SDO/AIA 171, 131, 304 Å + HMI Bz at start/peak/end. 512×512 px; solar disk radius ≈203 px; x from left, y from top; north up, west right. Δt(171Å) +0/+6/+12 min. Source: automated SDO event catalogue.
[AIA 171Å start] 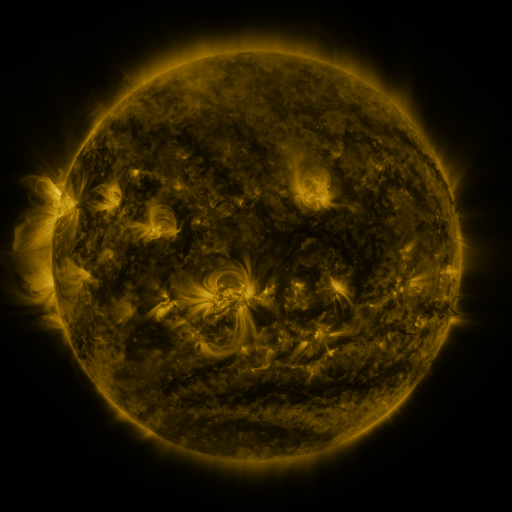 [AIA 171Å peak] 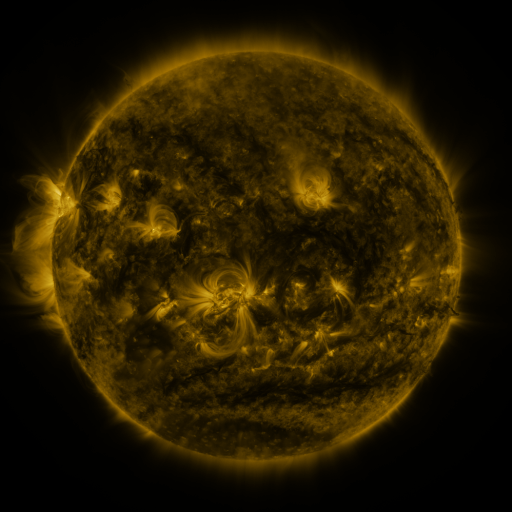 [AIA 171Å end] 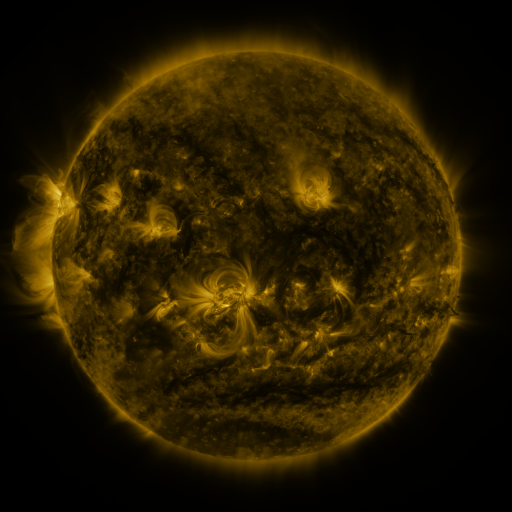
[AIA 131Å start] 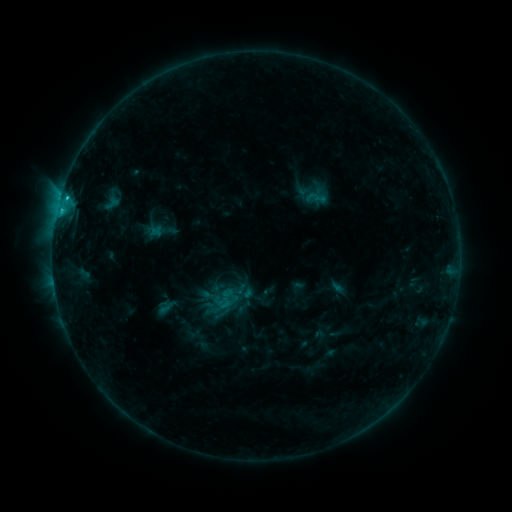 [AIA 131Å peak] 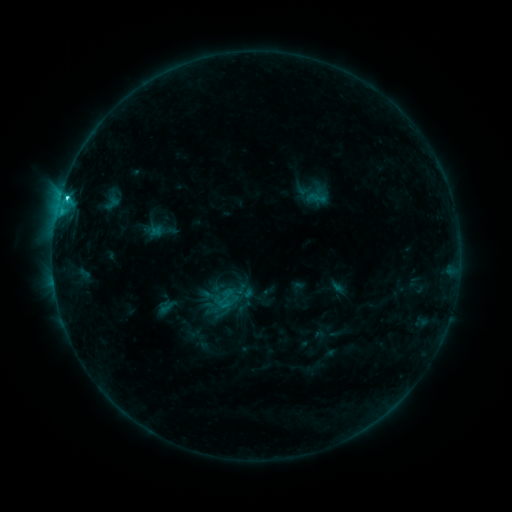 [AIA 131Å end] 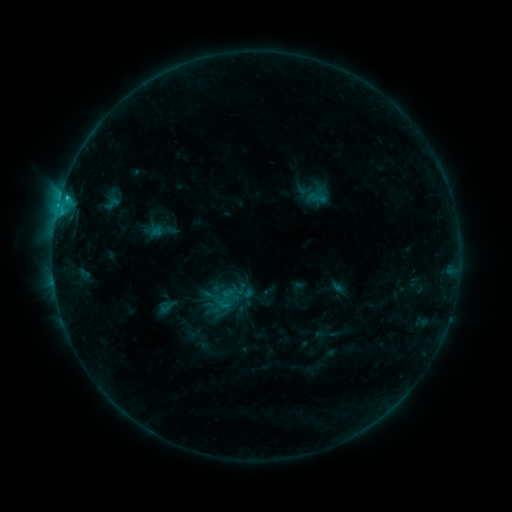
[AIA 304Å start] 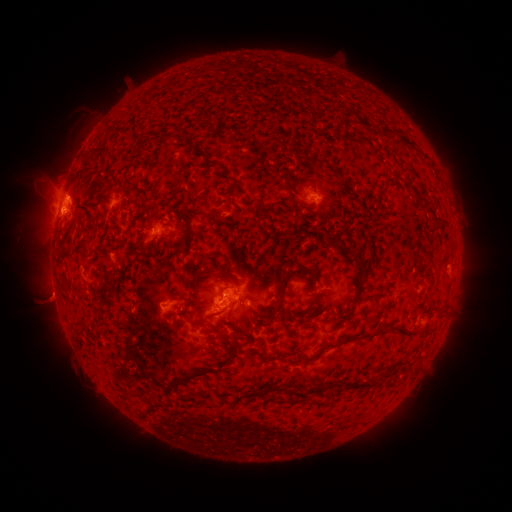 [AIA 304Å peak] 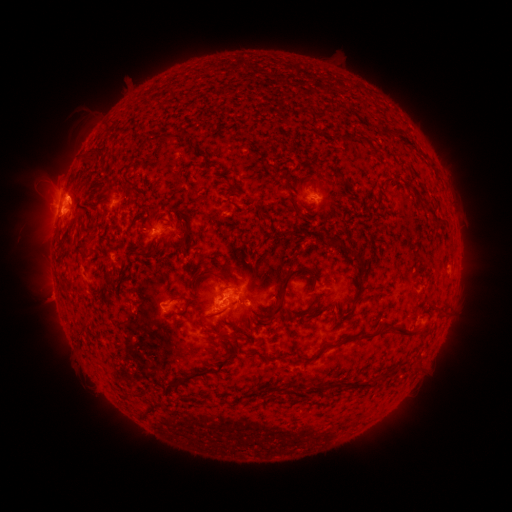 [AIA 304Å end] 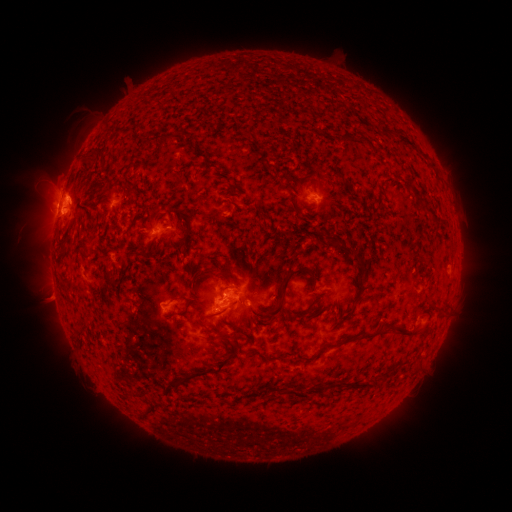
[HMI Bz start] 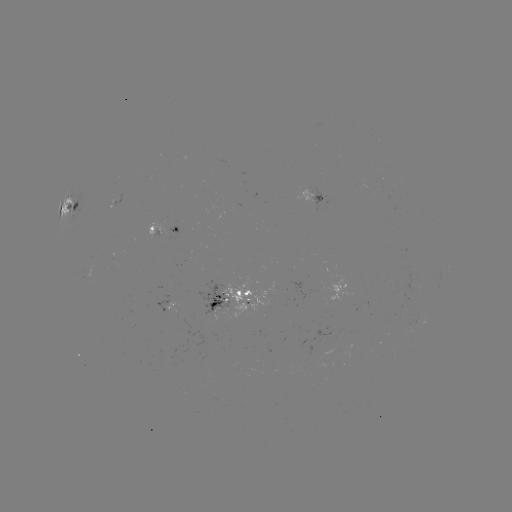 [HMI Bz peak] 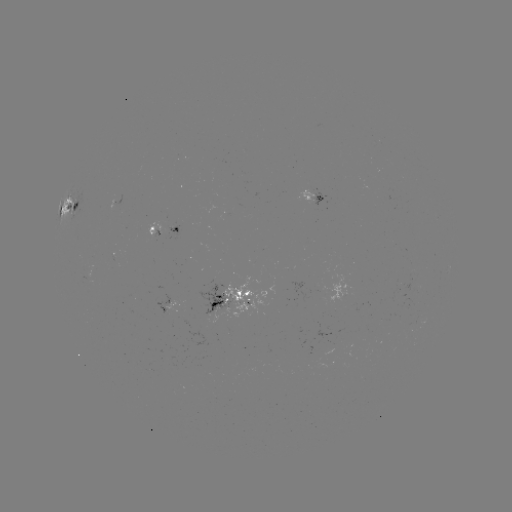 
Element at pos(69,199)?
C2.3 flare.